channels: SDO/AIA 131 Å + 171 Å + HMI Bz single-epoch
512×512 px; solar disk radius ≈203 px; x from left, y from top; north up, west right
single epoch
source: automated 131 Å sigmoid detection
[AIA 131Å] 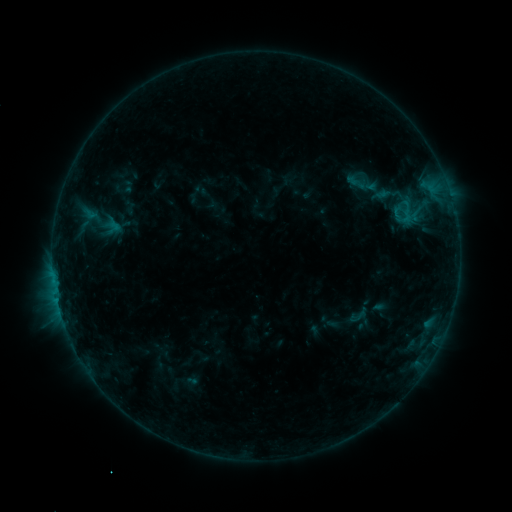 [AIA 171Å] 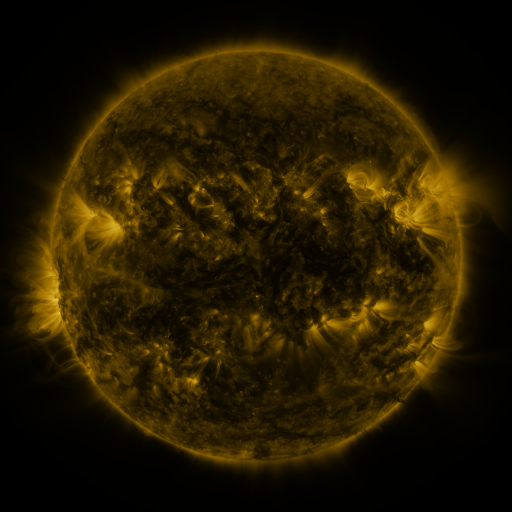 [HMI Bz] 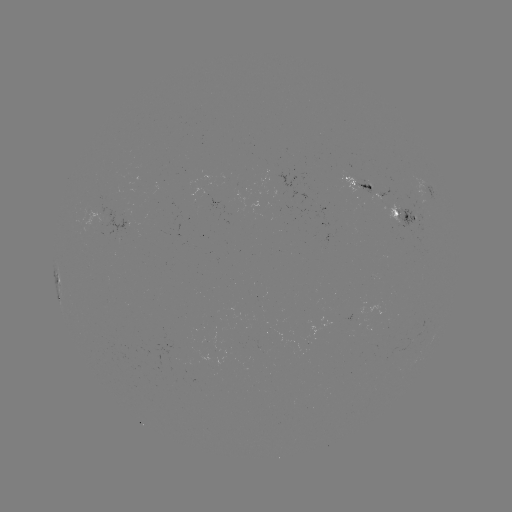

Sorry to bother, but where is sigmoid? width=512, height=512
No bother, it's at [358, 315].